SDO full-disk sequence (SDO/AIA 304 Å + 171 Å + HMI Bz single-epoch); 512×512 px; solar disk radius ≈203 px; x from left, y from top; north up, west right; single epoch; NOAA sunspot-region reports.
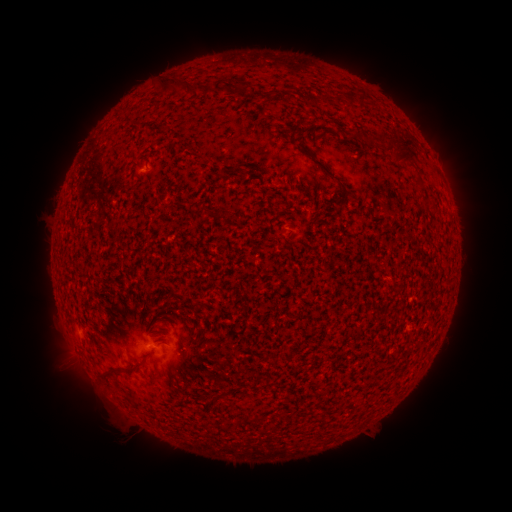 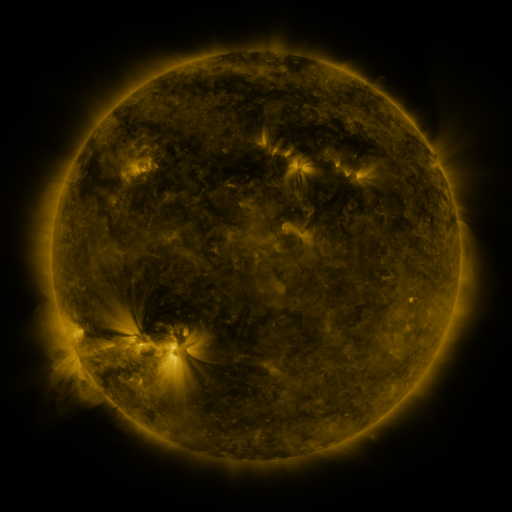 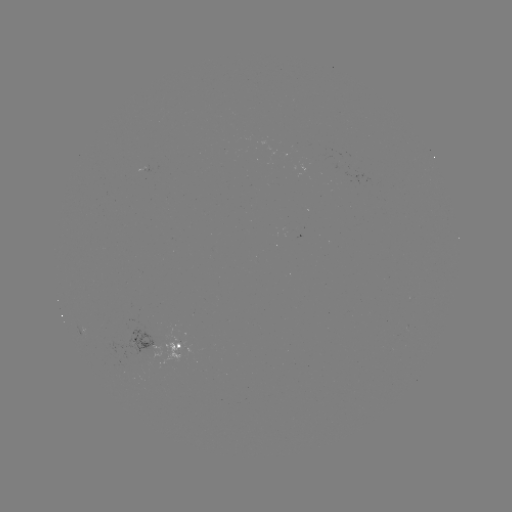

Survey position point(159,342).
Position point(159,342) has spotted active region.